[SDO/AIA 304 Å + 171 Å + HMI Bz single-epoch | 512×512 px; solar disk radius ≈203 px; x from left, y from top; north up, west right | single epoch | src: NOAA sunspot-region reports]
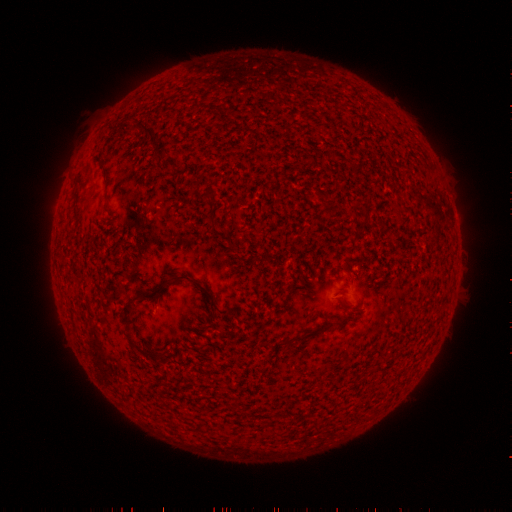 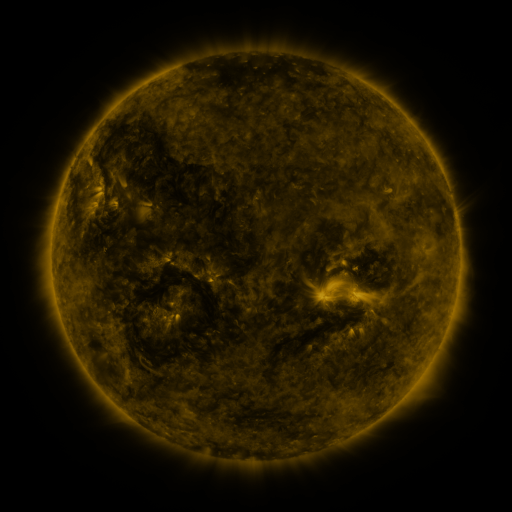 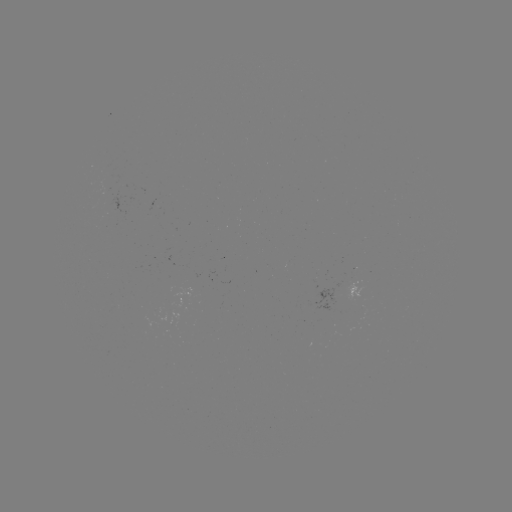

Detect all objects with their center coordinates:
(none)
